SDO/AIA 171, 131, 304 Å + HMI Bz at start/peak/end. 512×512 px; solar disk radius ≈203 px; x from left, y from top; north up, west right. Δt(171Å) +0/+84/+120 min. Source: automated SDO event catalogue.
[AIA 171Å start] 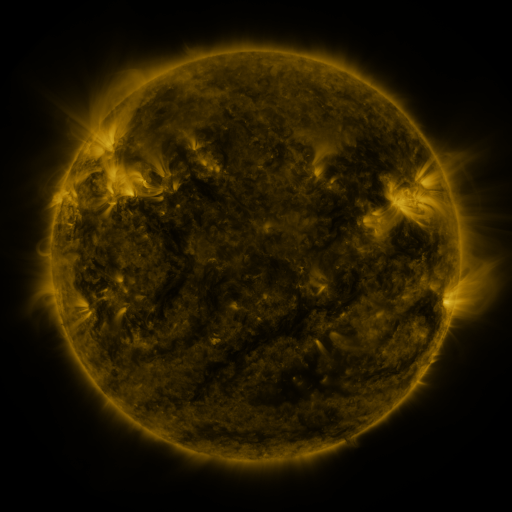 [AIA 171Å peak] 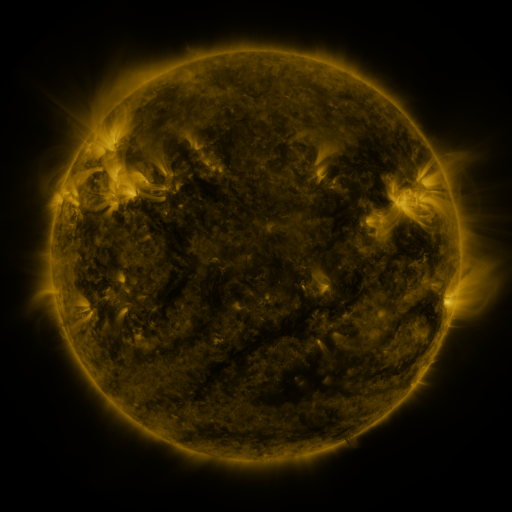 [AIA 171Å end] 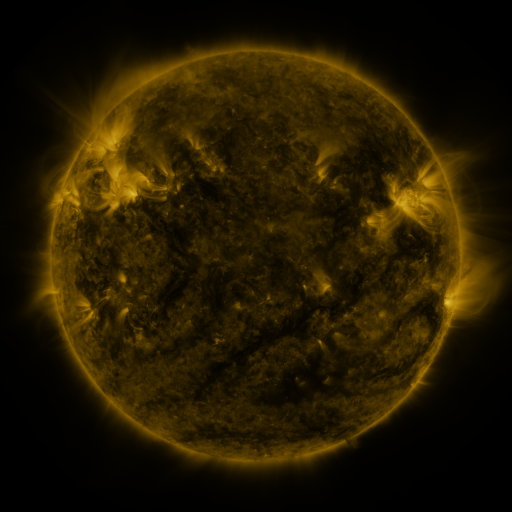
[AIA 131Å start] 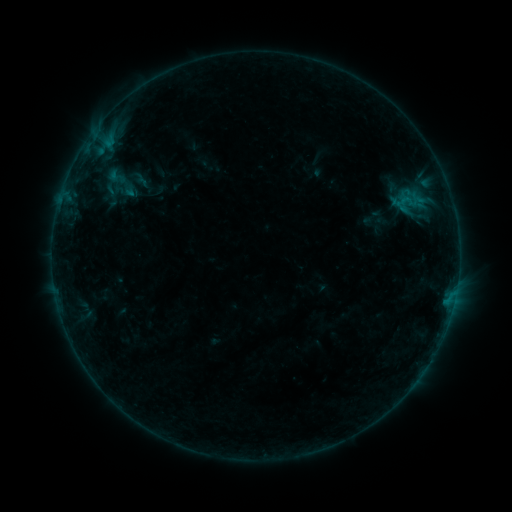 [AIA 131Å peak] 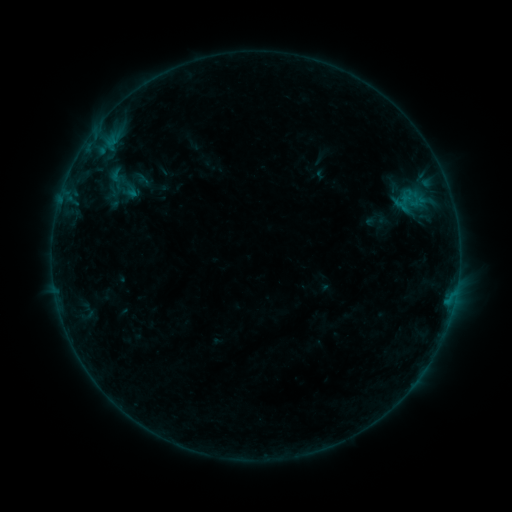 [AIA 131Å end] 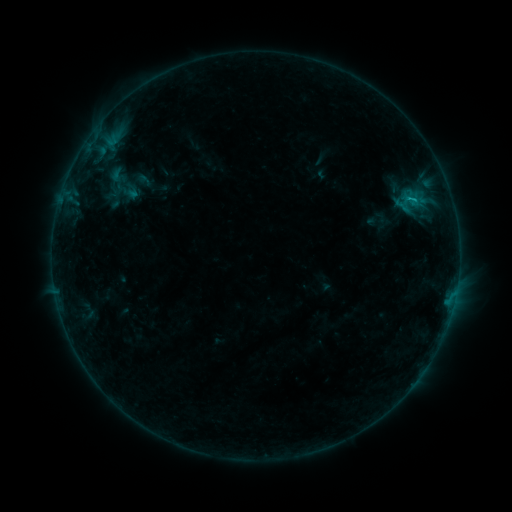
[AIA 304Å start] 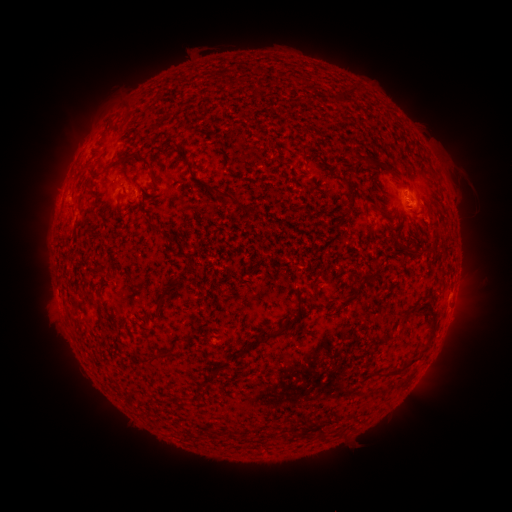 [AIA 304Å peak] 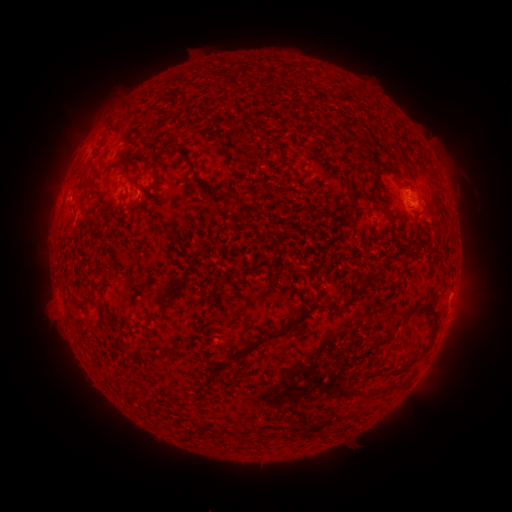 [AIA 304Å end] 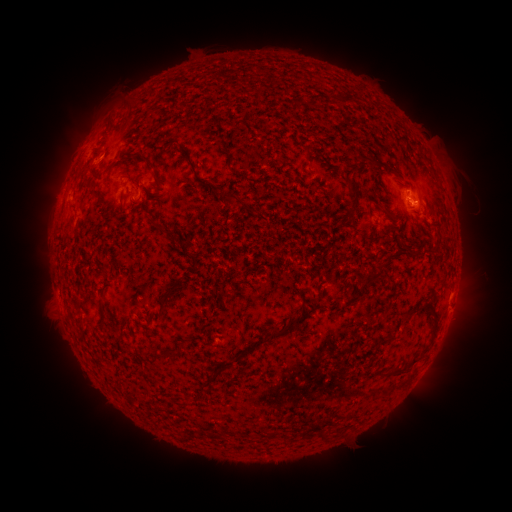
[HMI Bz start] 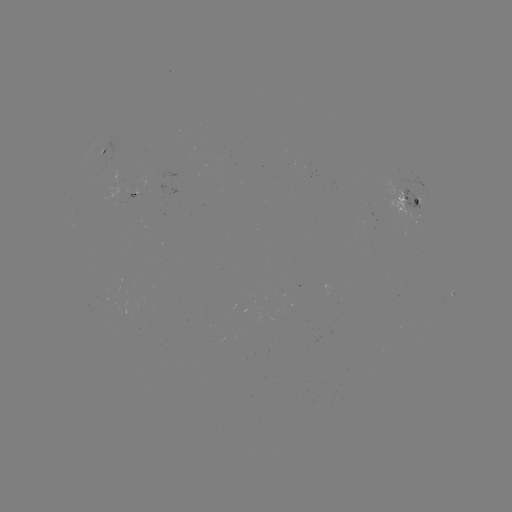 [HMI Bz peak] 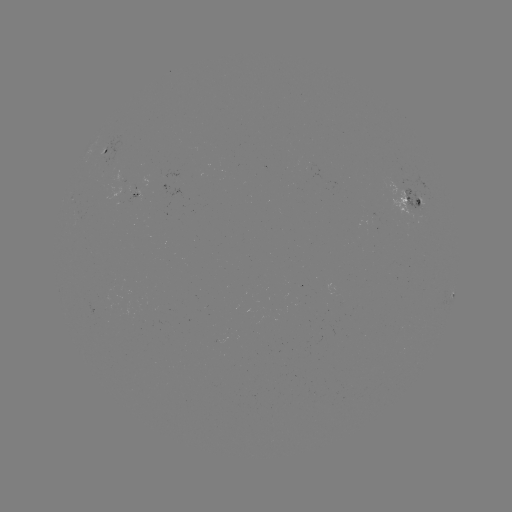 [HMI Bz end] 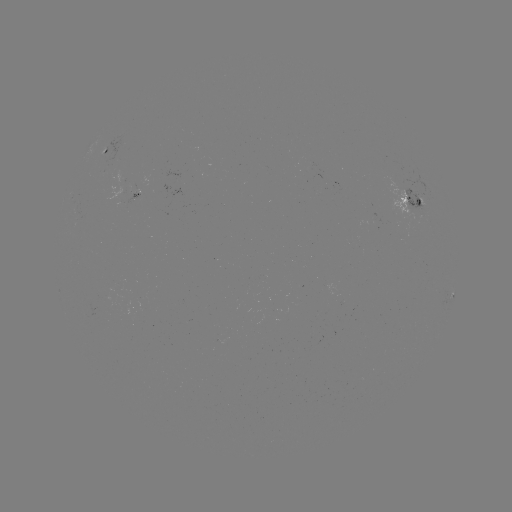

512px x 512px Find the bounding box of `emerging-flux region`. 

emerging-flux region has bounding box [127, 193, 139, 203].